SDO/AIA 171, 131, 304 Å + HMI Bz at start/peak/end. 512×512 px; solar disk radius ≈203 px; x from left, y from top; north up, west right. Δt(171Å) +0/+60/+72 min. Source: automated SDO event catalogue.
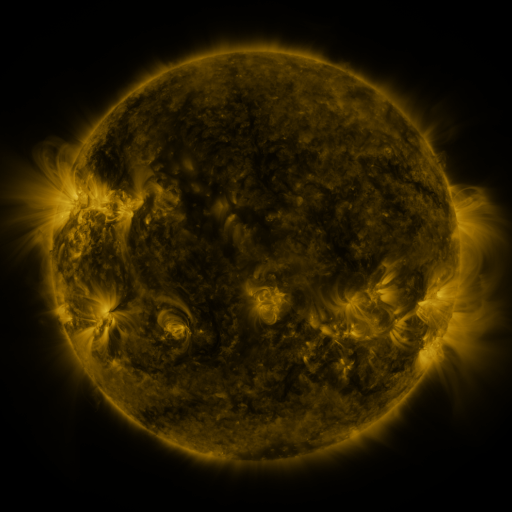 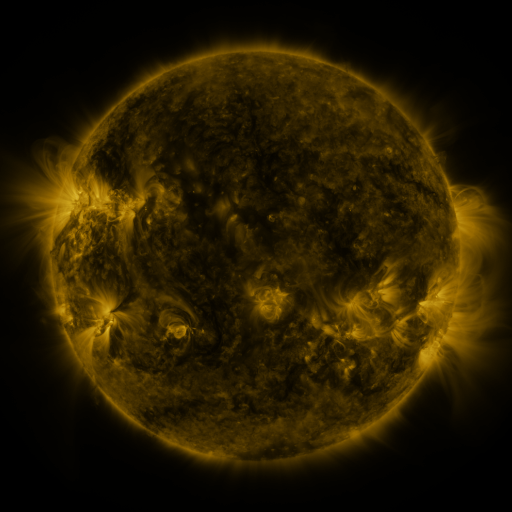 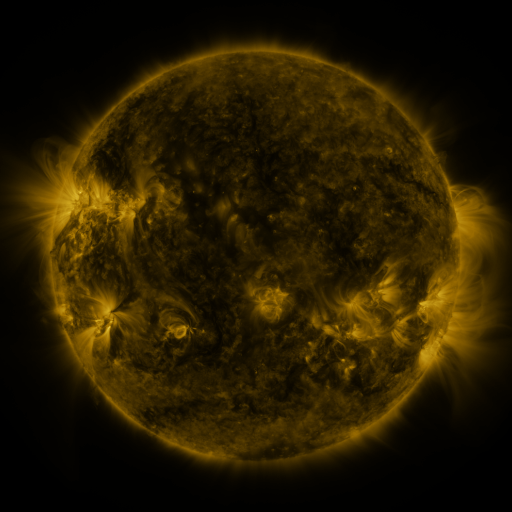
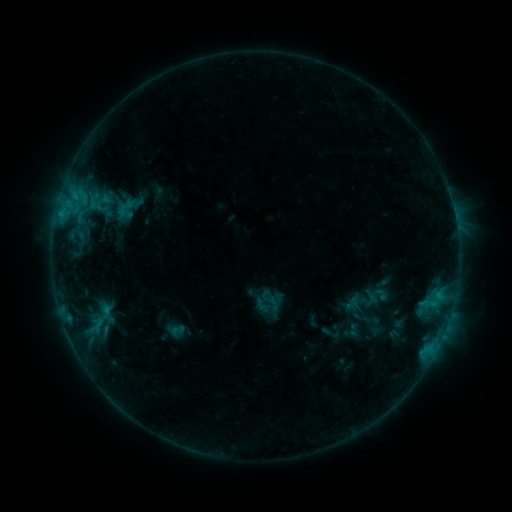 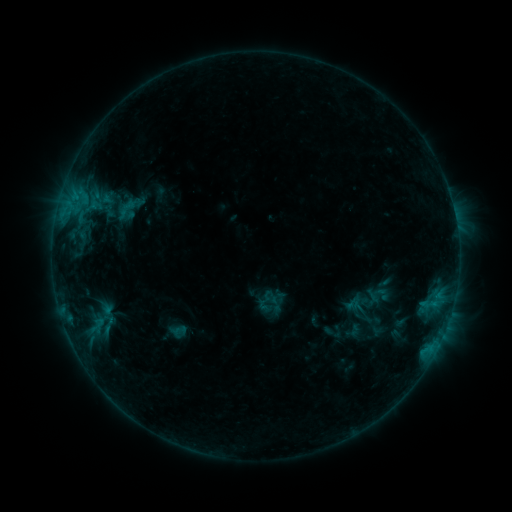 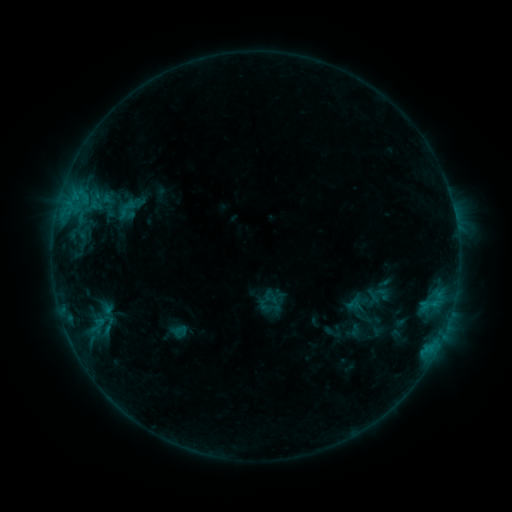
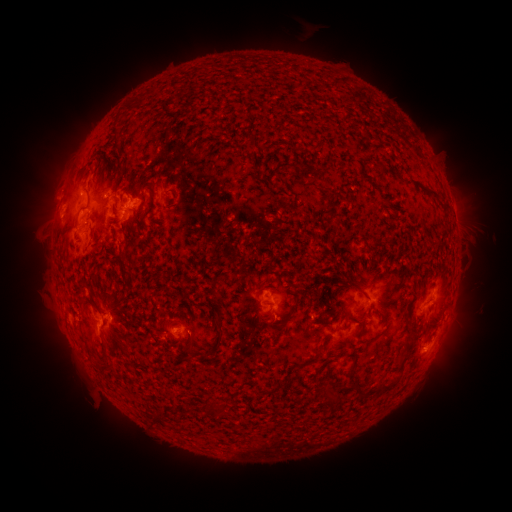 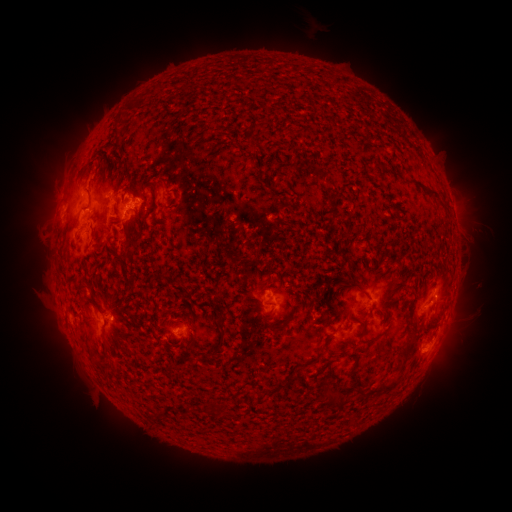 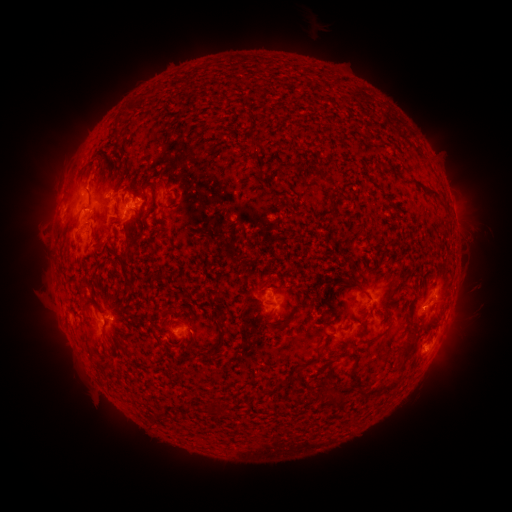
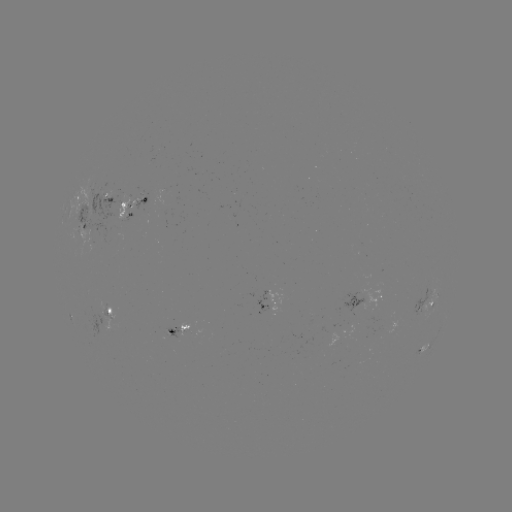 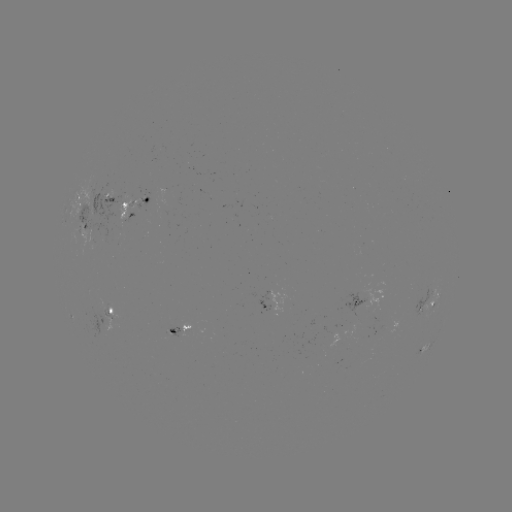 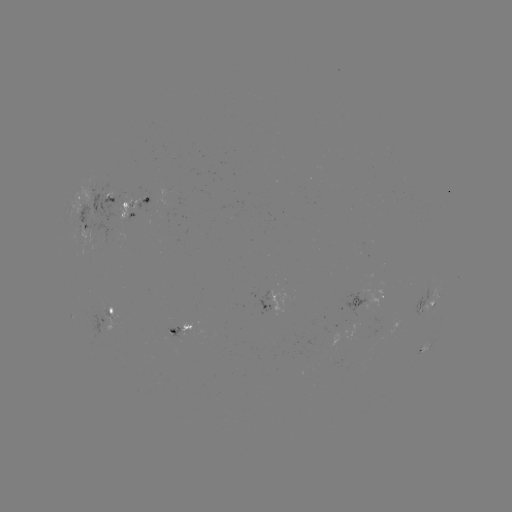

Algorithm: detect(emerging-flux region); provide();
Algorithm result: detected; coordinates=[93, 223]